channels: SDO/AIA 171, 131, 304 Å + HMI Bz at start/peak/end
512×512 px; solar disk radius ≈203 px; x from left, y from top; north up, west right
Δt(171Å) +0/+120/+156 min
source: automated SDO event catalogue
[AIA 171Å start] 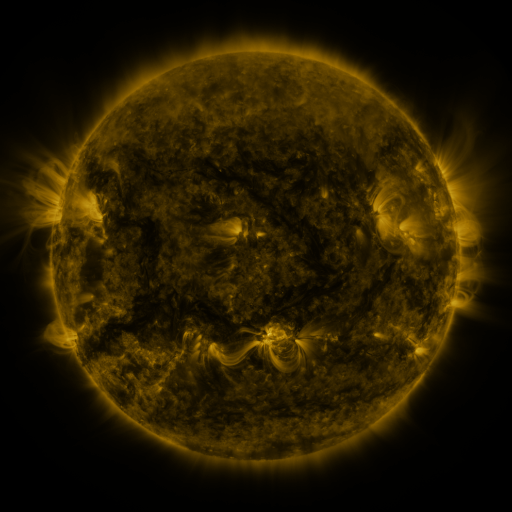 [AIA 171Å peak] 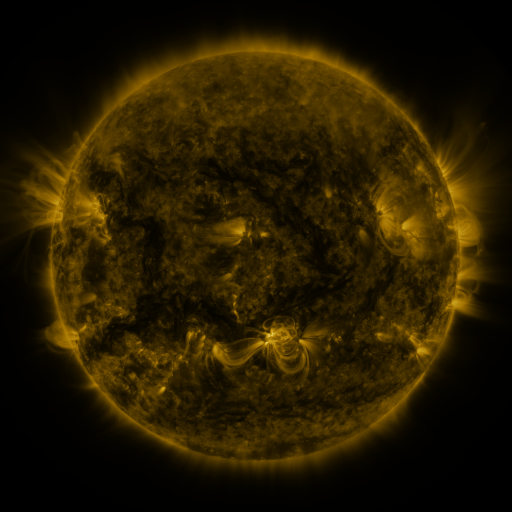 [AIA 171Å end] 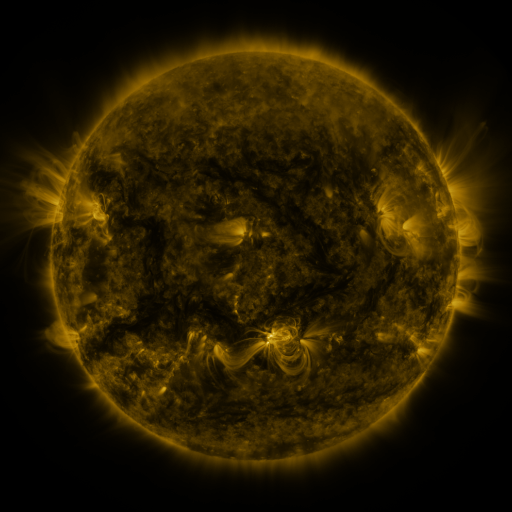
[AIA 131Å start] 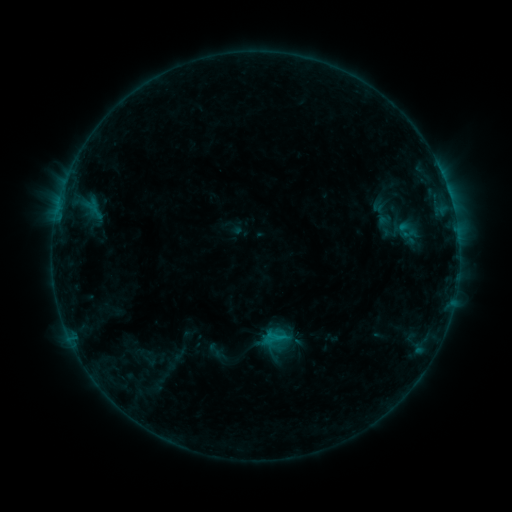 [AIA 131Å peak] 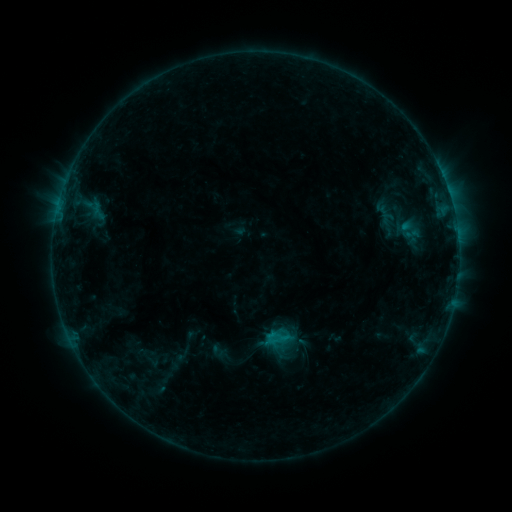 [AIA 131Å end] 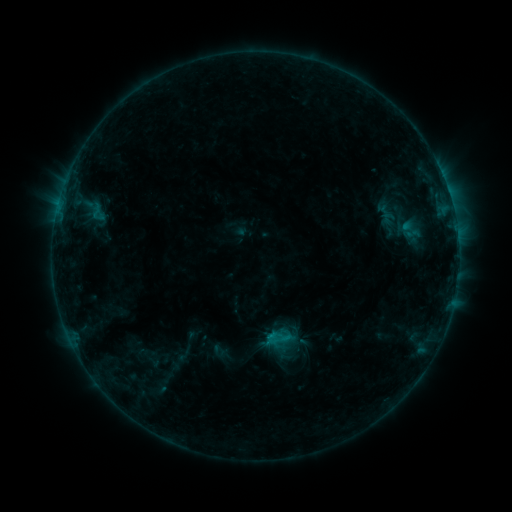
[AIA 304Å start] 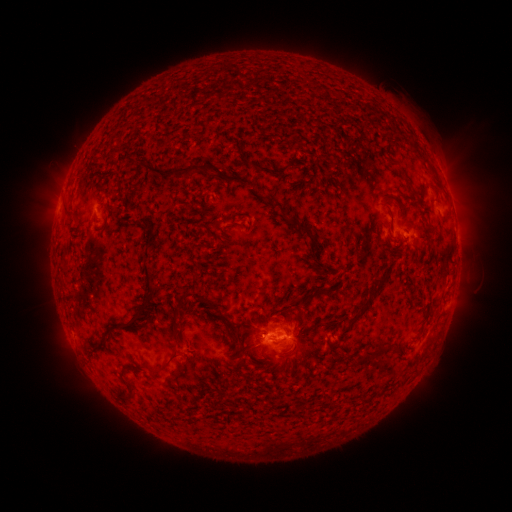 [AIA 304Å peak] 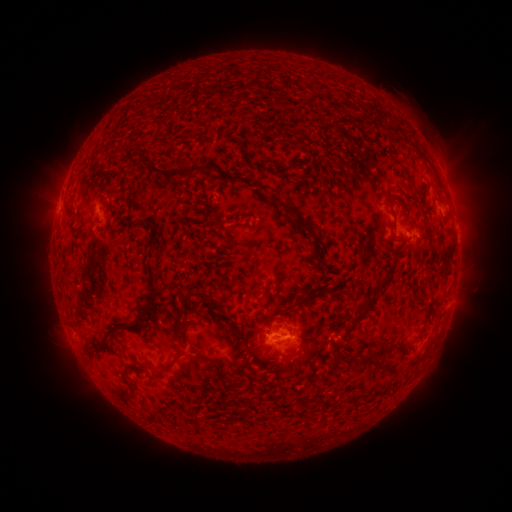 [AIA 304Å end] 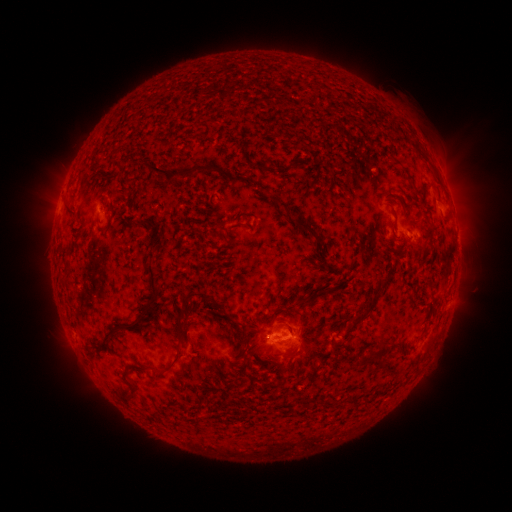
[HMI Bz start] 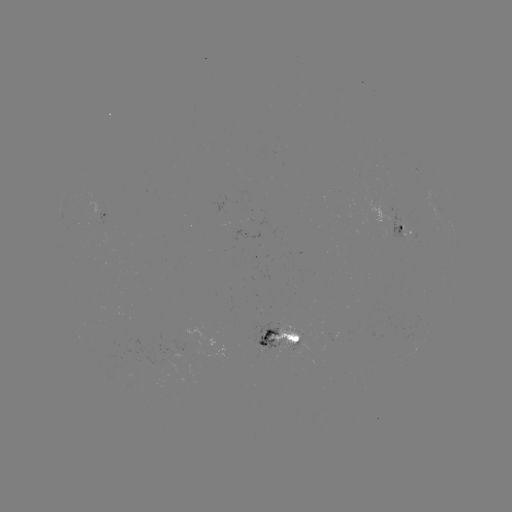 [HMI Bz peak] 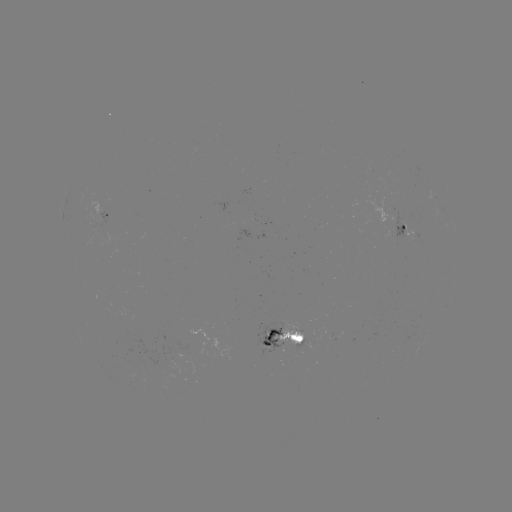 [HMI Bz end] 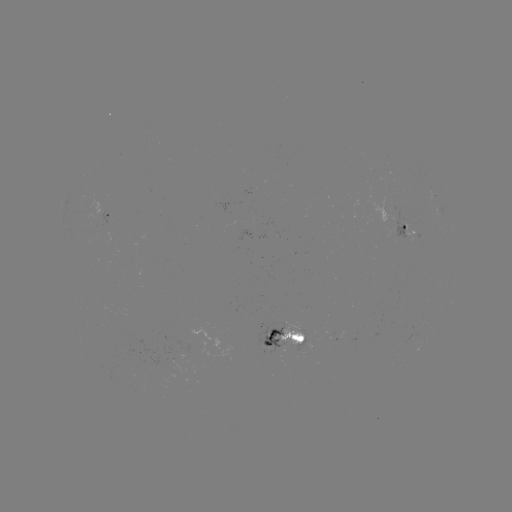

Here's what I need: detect emerging-flux region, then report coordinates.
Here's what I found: emerging-flux region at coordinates [171, 362].